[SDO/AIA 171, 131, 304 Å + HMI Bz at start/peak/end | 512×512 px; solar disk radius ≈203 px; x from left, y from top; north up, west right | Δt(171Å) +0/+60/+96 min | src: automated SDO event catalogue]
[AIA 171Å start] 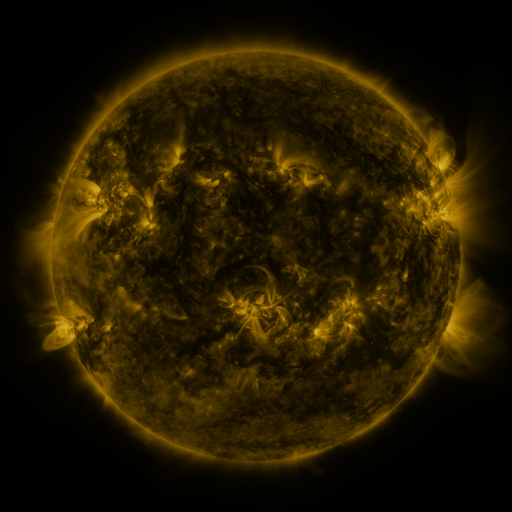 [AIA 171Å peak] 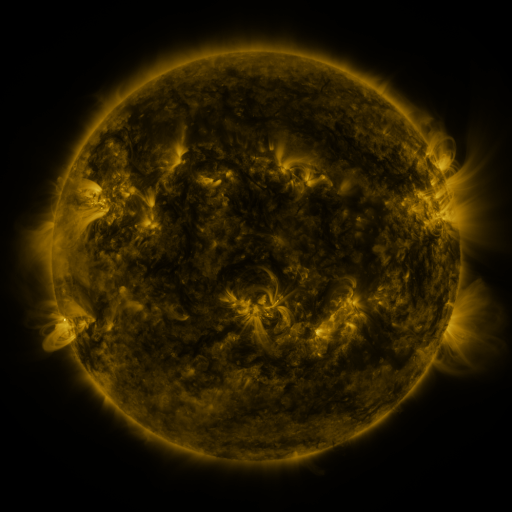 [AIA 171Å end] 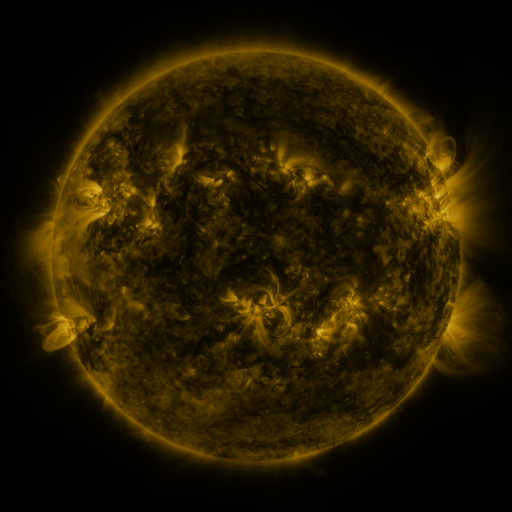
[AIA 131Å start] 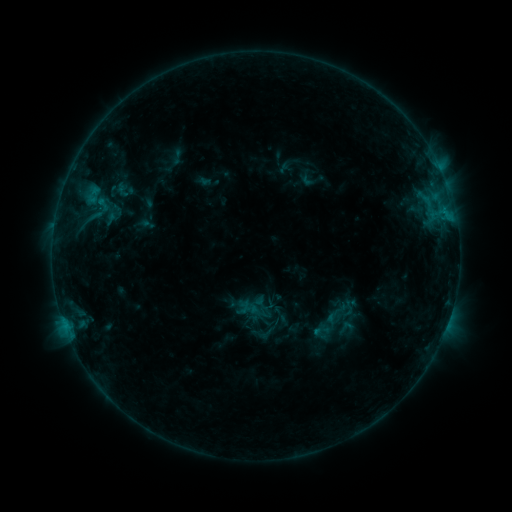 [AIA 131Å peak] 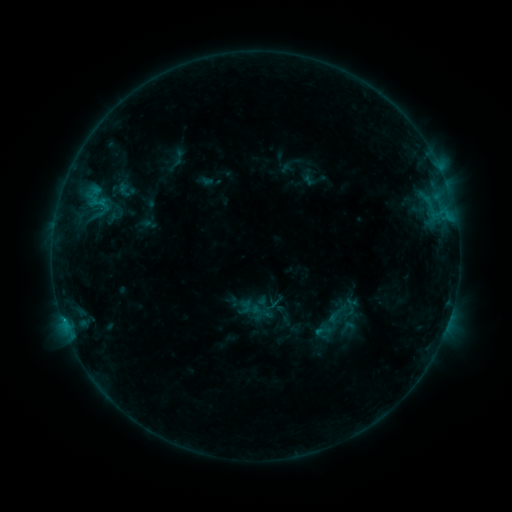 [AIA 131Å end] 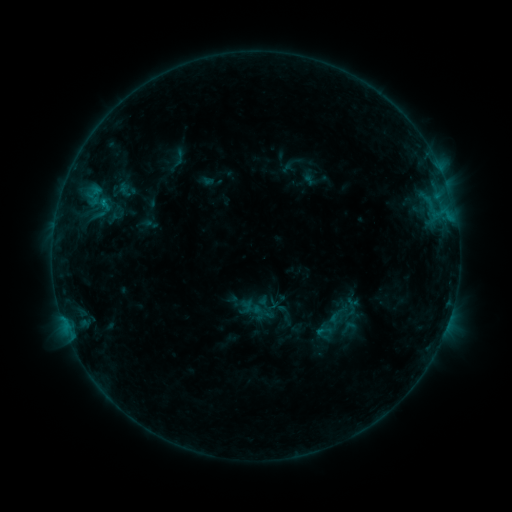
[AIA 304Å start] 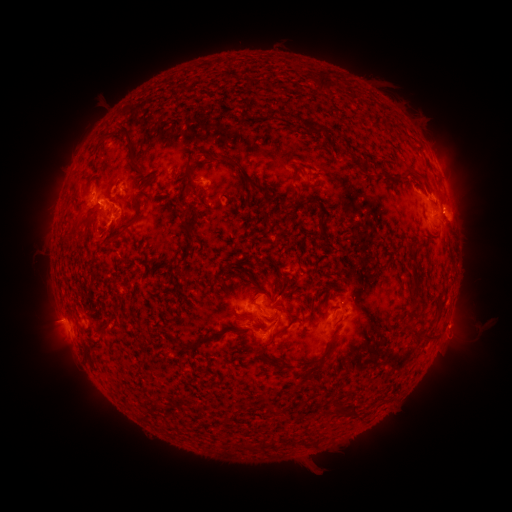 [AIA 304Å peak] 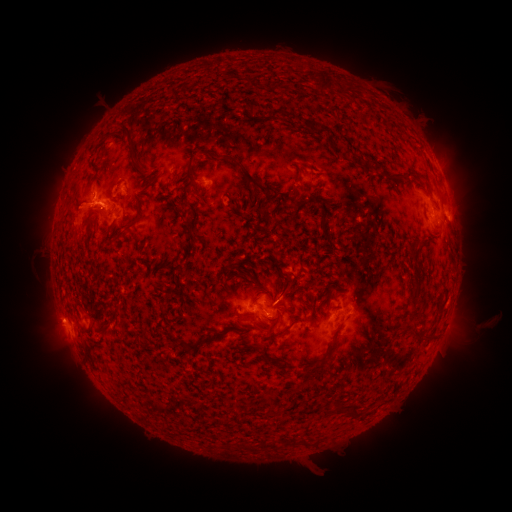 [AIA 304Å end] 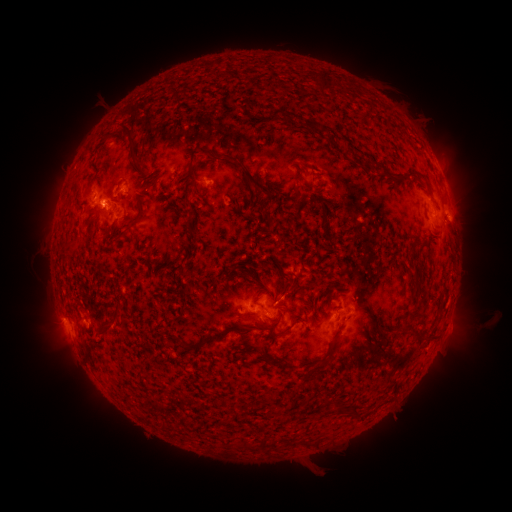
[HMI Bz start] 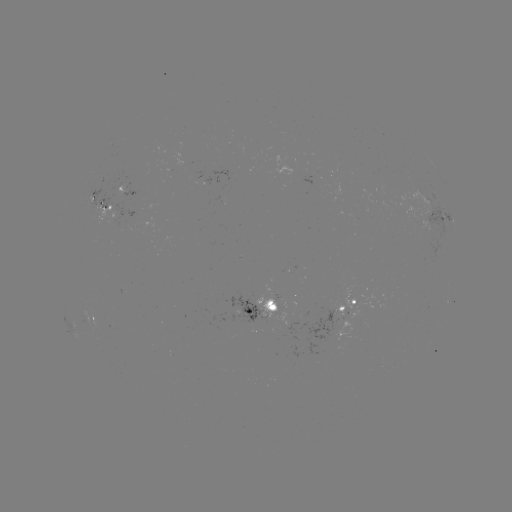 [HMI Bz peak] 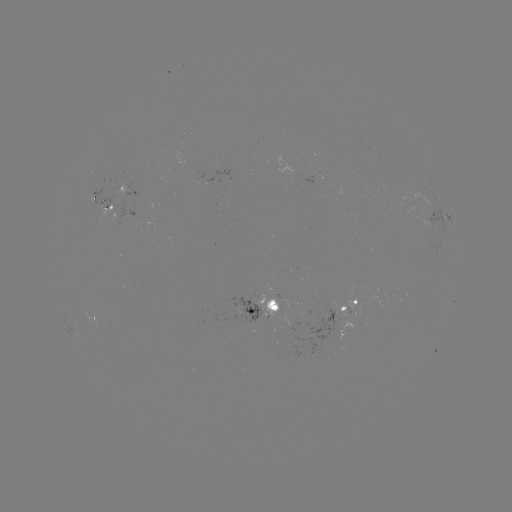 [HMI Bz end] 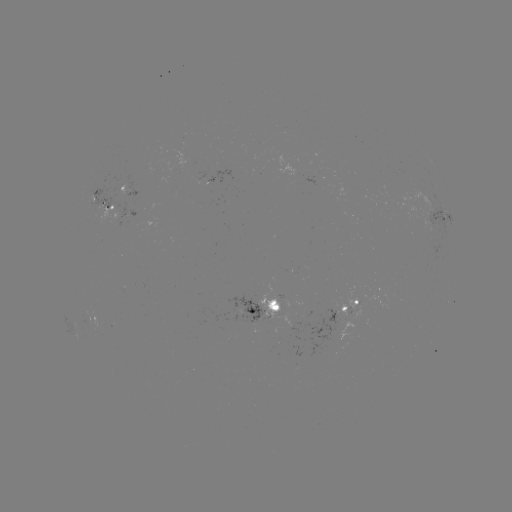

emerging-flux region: [418, 219, 431, 234]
